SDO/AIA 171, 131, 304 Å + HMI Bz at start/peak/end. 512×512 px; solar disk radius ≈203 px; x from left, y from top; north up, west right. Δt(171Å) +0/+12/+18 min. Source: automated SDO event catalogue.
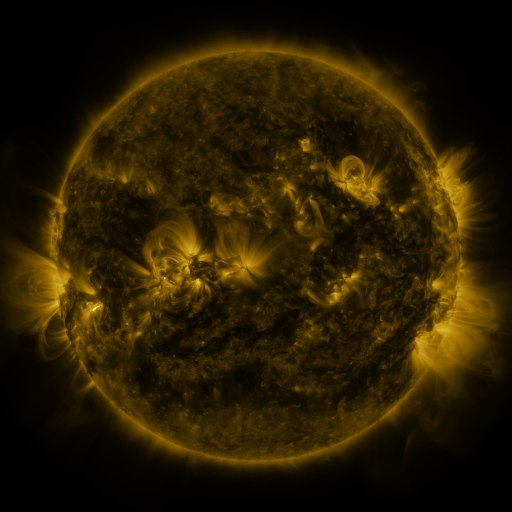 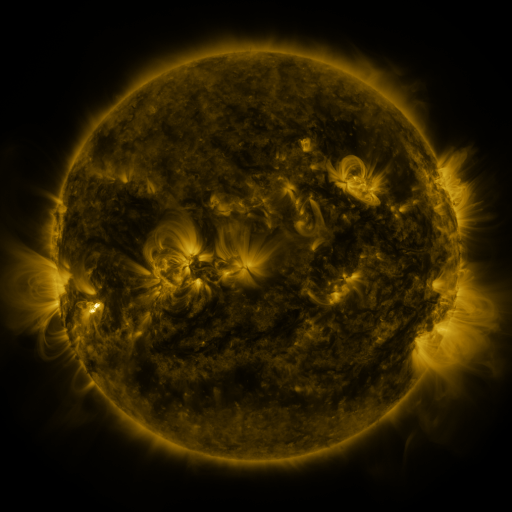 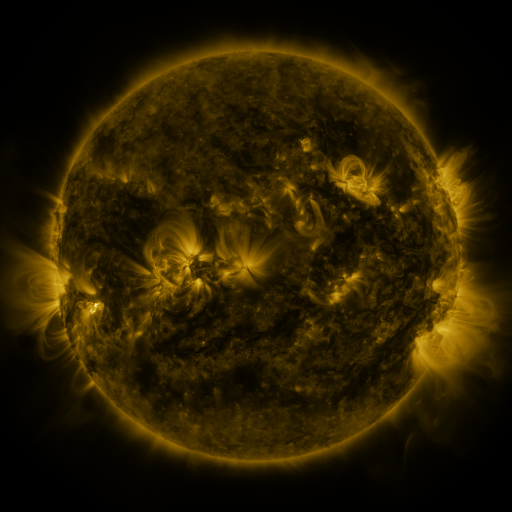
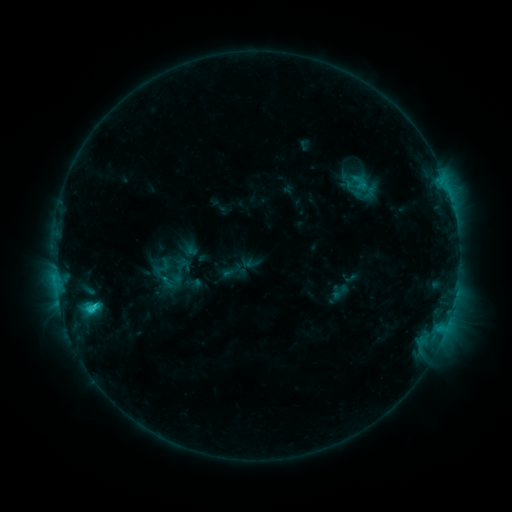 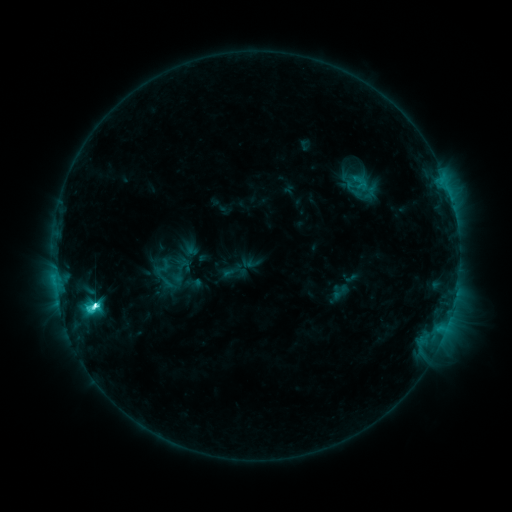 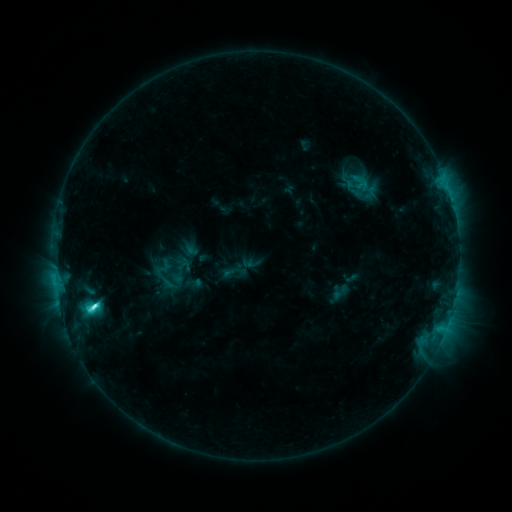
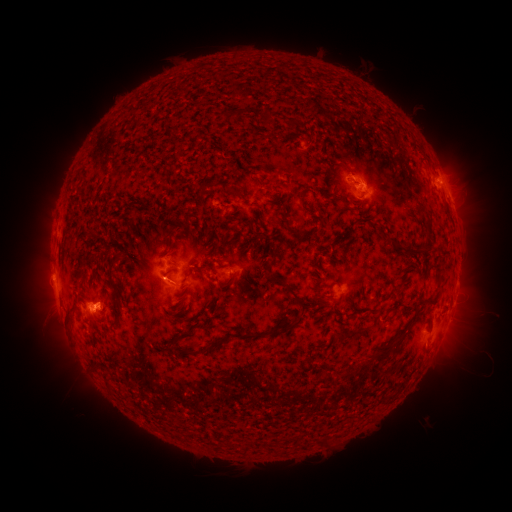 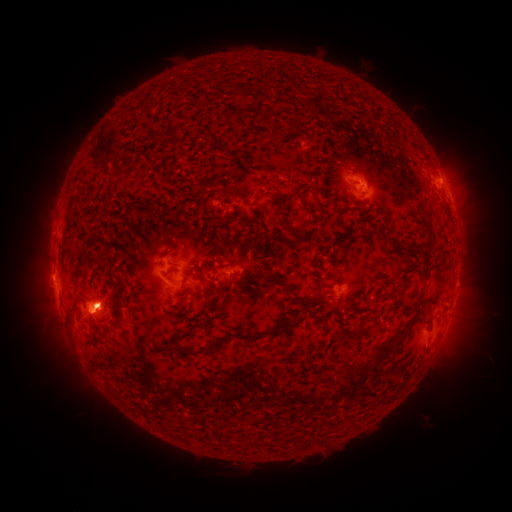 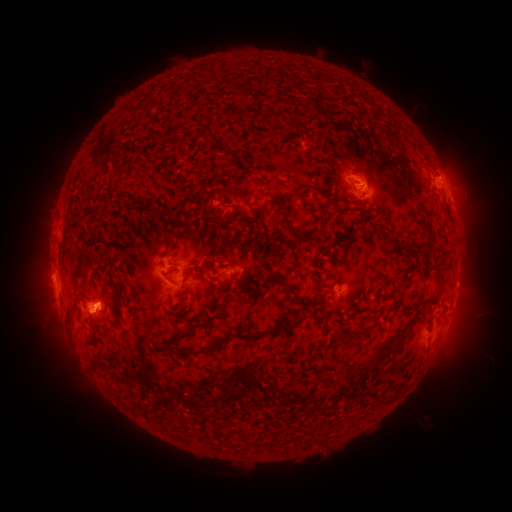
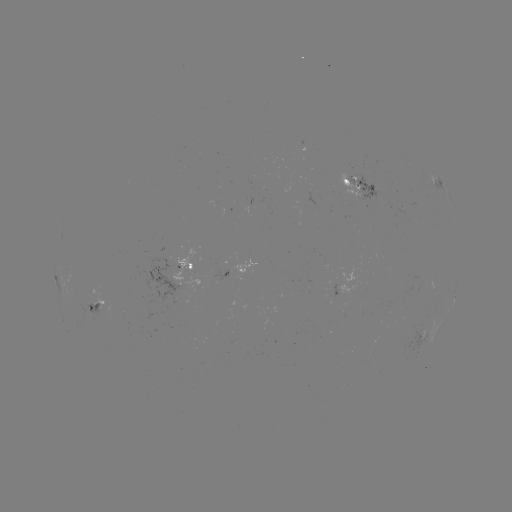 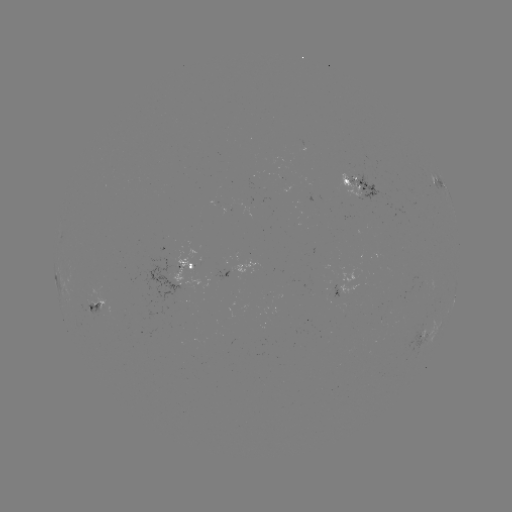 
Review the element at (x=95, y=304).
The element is C7.7 flare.